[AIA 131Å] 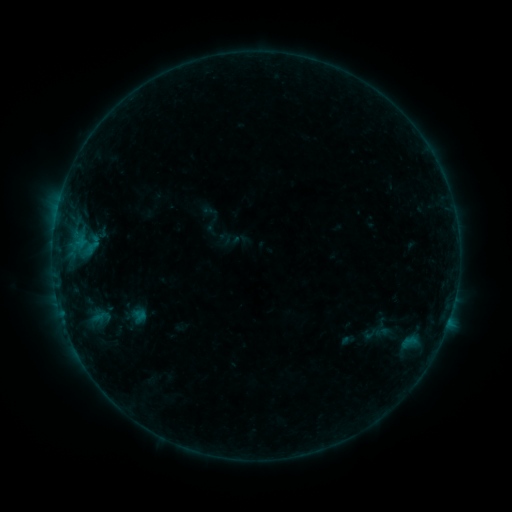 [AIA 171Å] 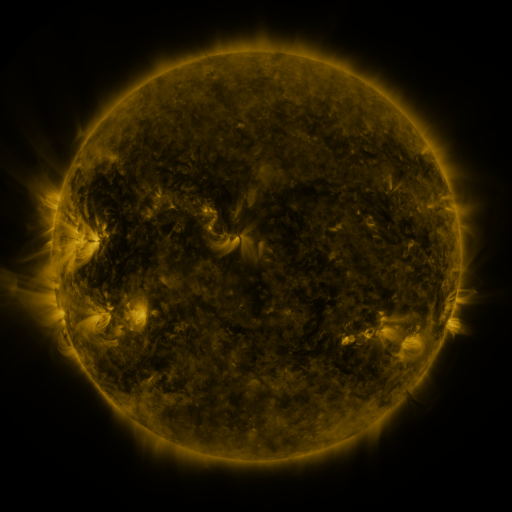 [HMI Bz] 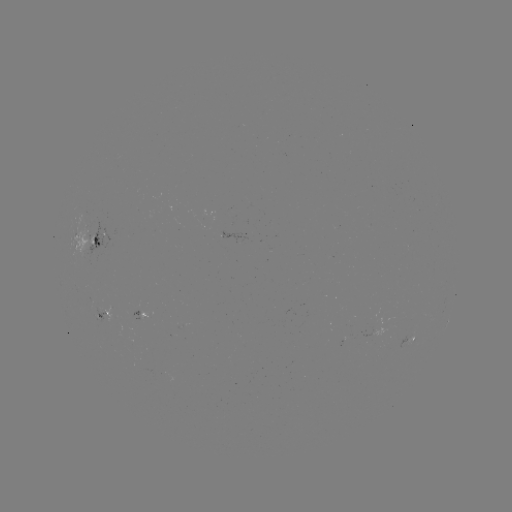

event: sigmoid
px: (371, 334)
